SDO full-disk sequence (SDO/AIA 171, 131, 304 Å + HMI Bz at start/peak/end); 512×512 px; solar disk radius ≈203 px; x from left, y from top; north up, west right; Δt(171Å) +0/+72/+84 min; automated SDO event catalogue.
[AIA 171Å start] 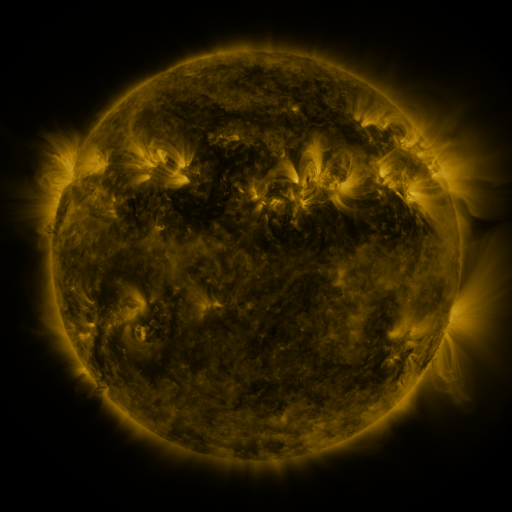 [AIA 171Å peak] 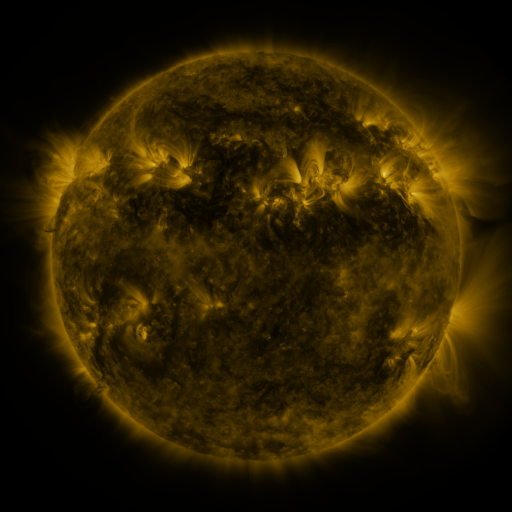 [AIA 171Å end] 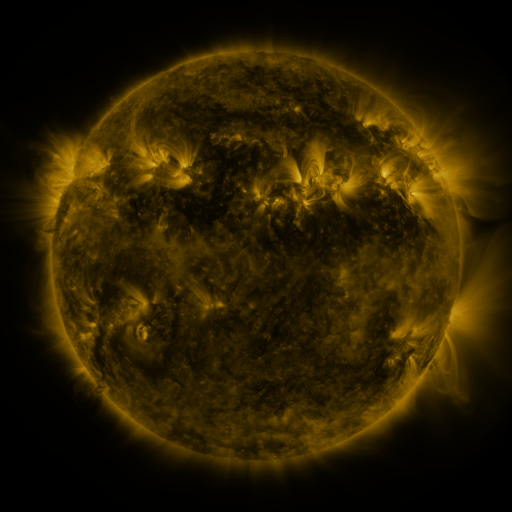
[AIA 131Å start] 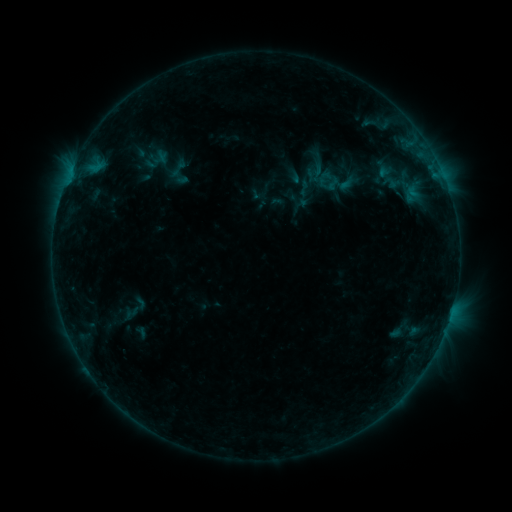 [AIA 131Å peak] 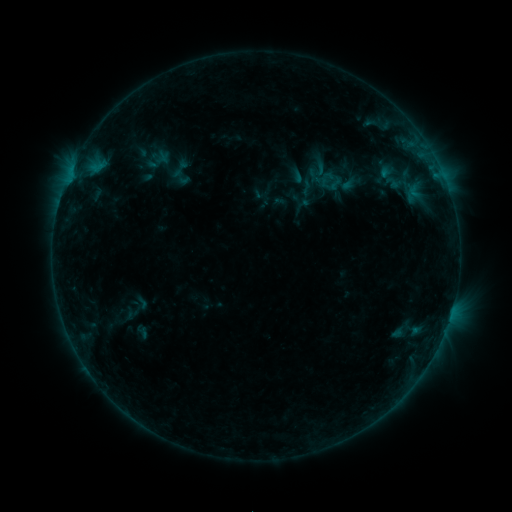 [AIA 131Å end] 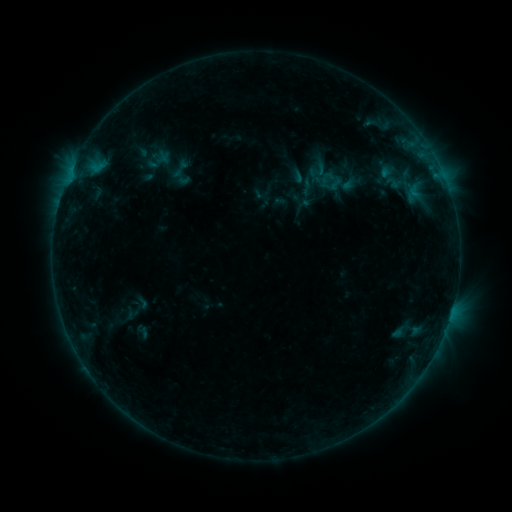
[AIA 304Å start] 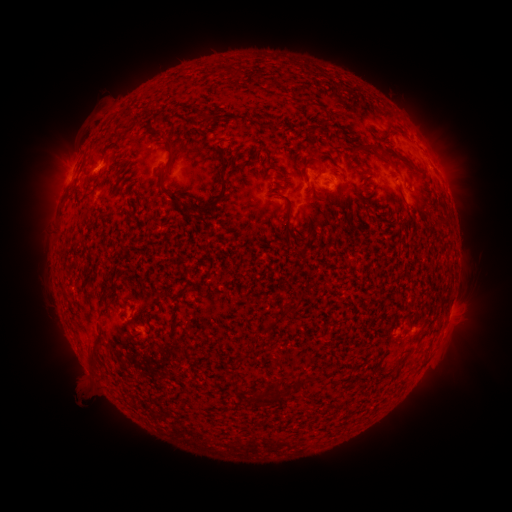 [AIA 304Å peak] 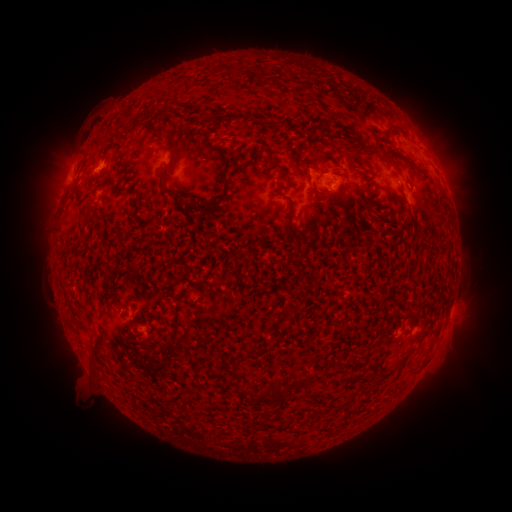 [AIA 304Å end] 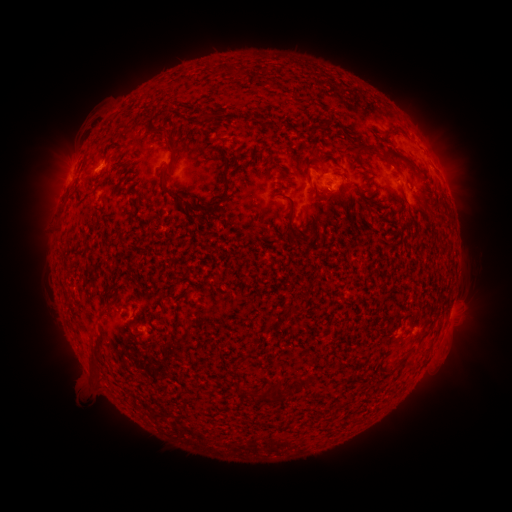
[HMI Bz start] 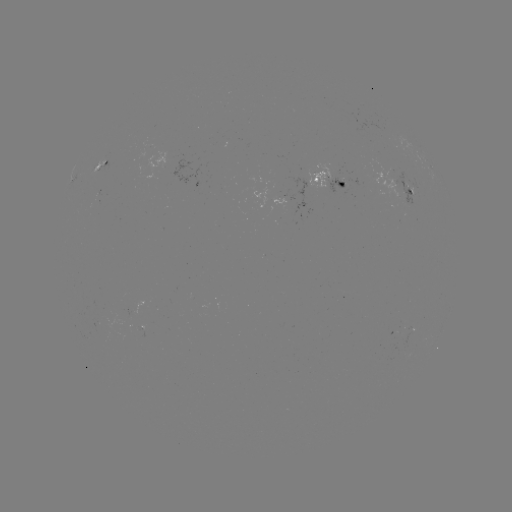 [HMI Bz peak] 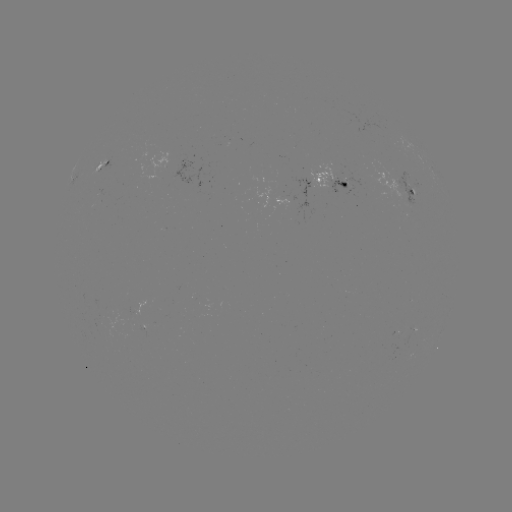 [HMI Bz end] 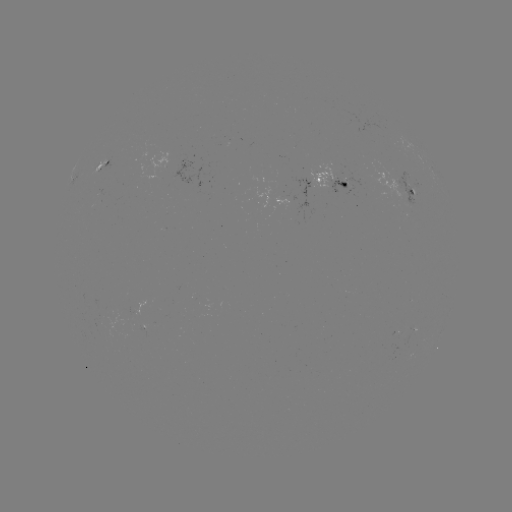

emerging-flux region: [329, 176, 347, 193]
